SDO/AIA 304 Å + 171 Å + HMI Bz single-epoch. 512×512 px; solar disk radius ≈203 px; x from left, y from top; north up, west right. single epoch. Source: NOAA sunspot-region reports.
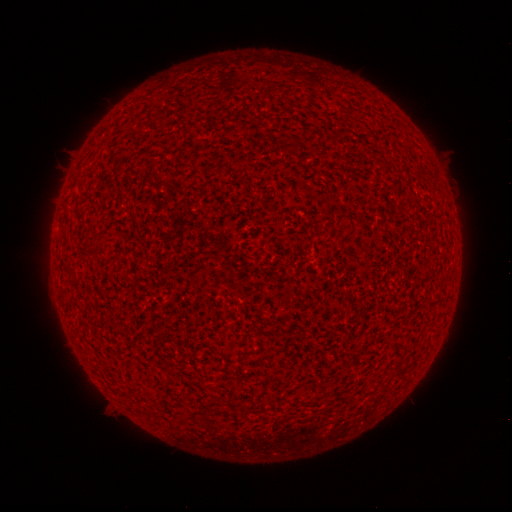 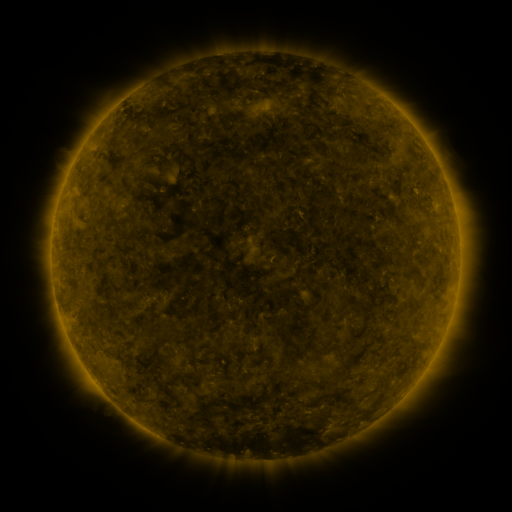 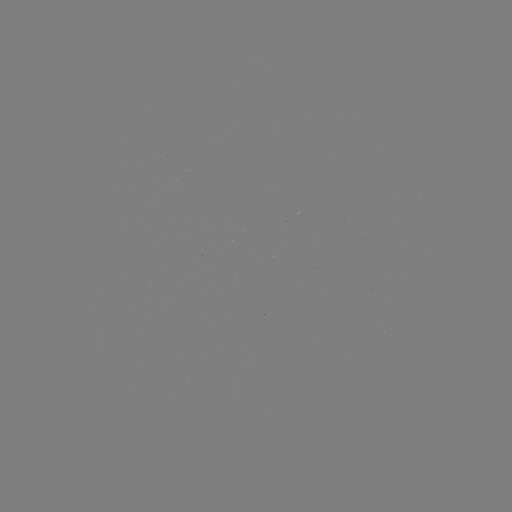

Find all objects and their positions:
(none)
